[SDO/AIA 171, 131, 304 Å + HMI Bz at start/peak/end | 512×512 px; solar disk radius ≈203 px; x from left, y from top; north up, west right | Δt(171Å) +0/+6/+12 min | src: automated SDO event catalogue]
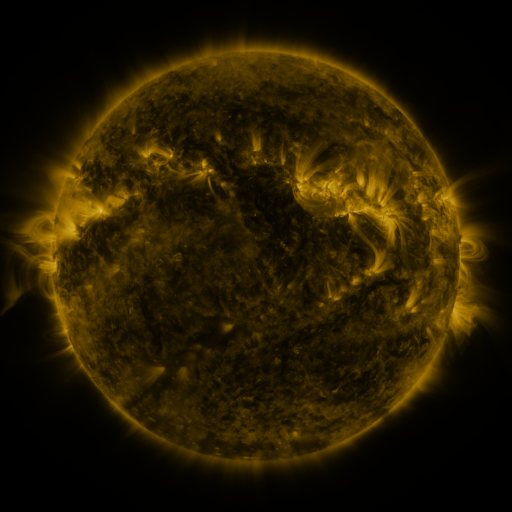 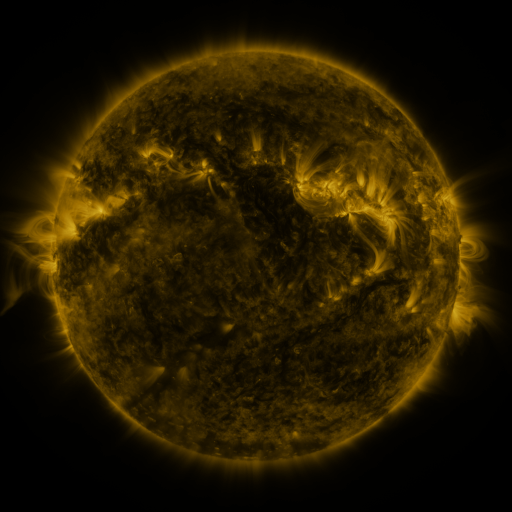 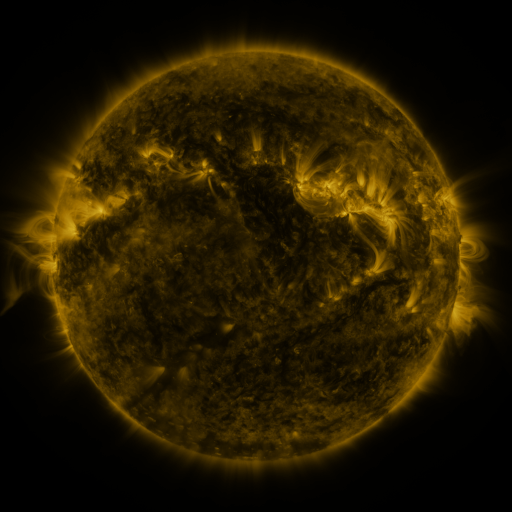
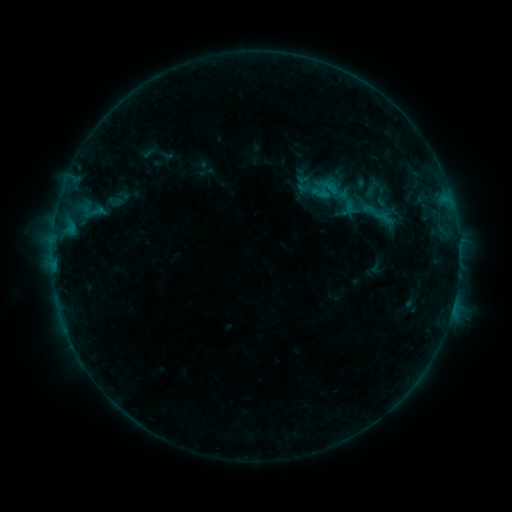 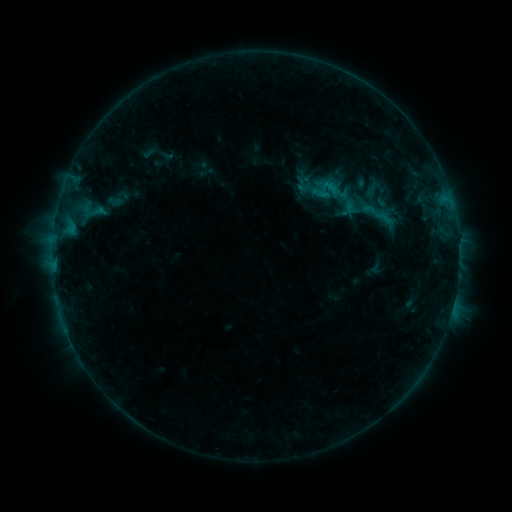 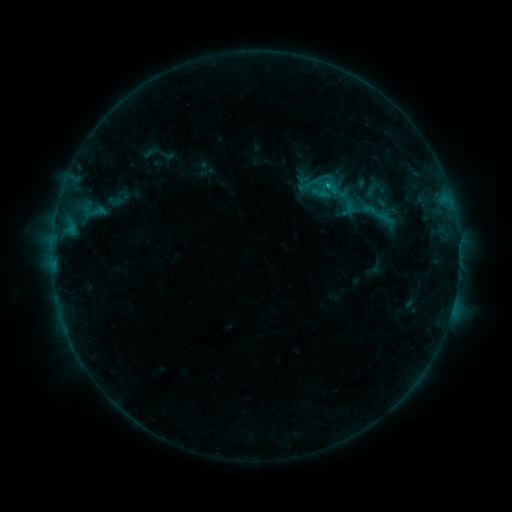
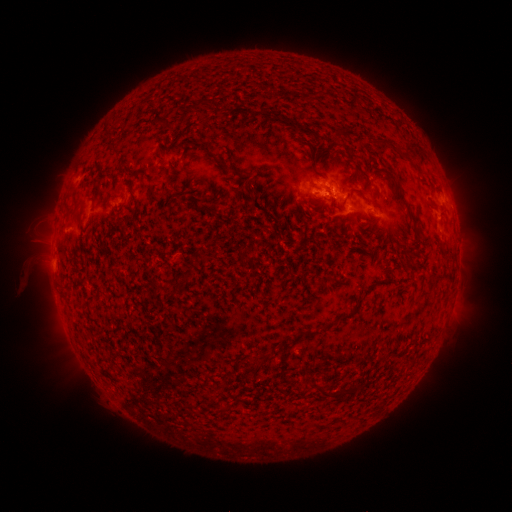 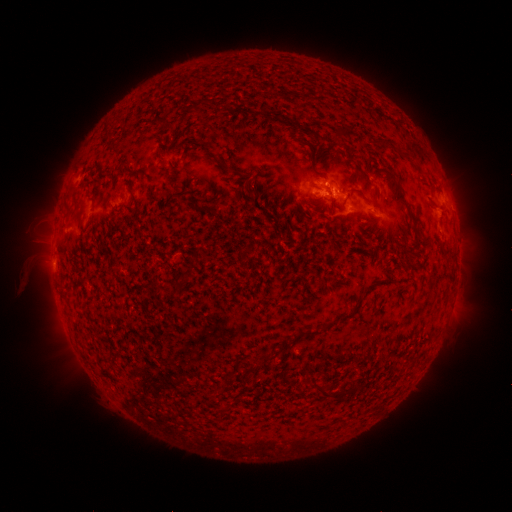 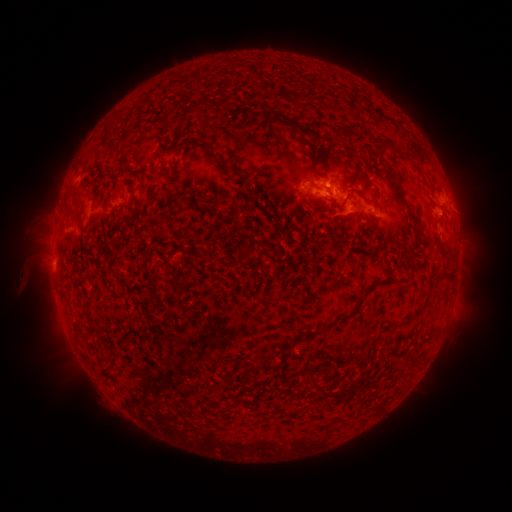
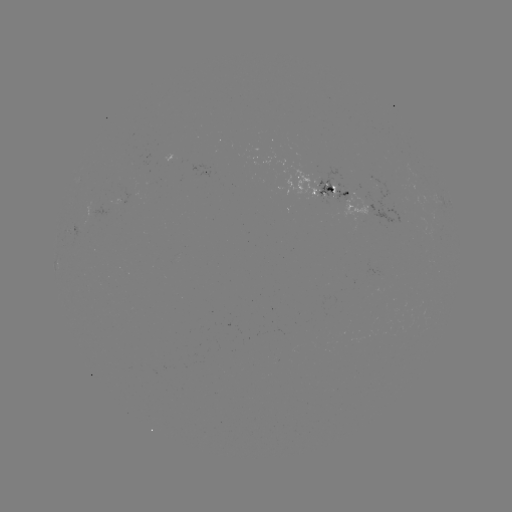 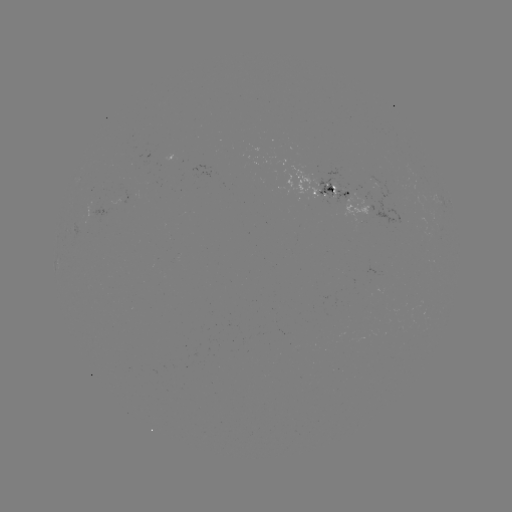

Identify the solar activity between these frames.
B8.0 flare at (326, 185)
